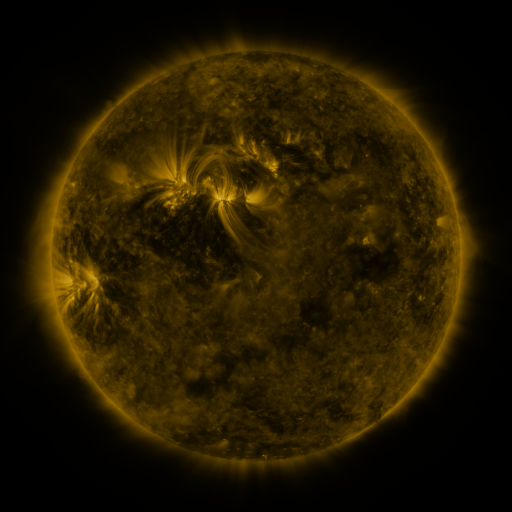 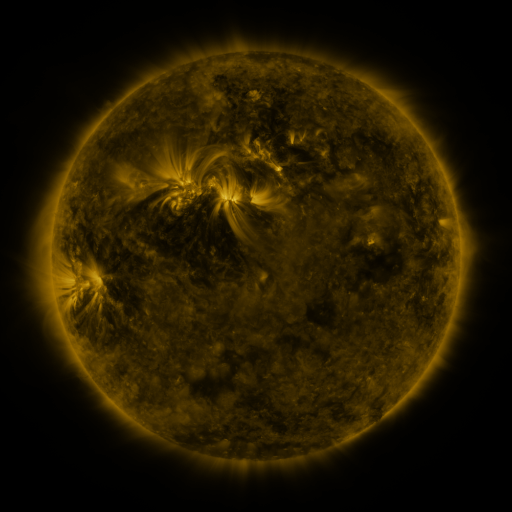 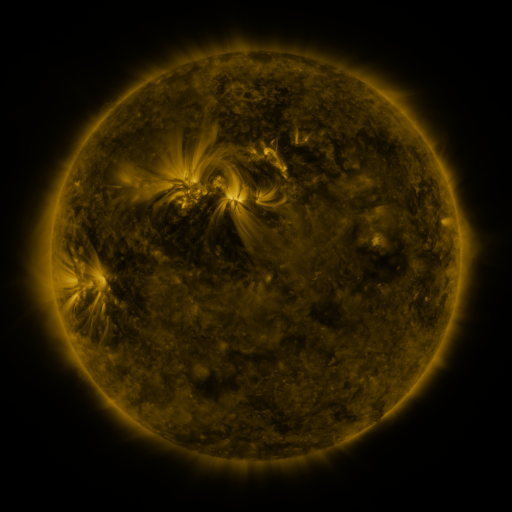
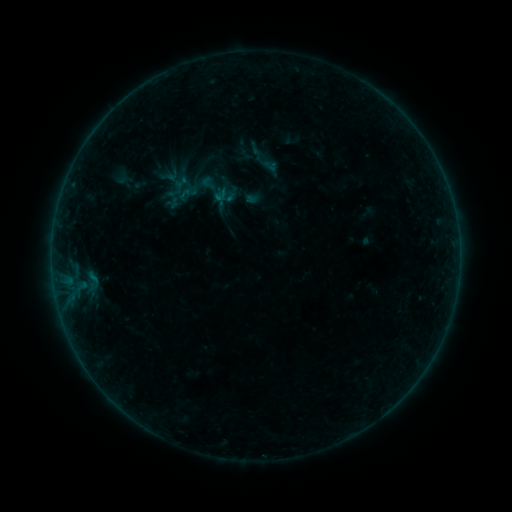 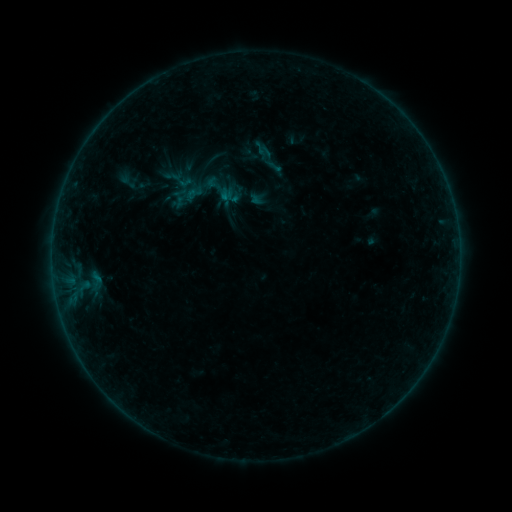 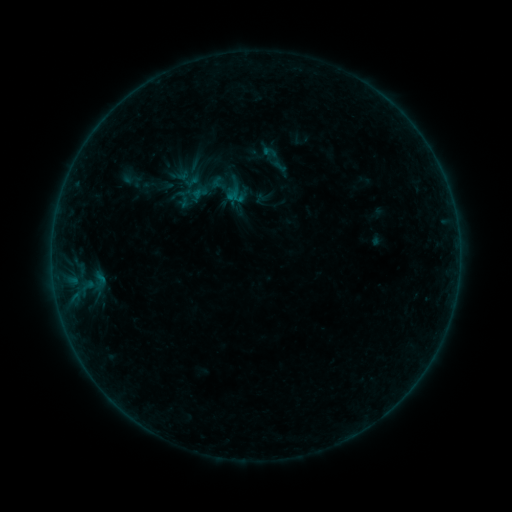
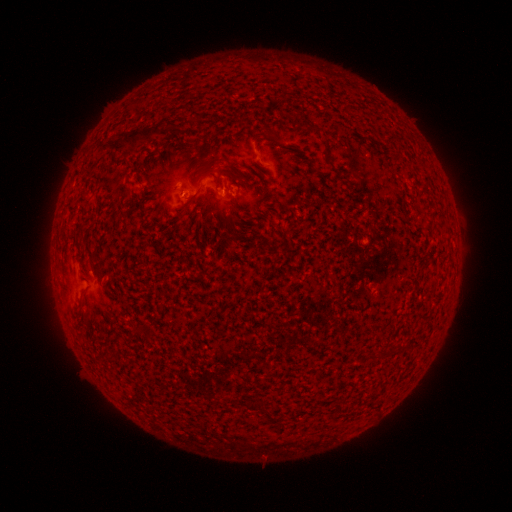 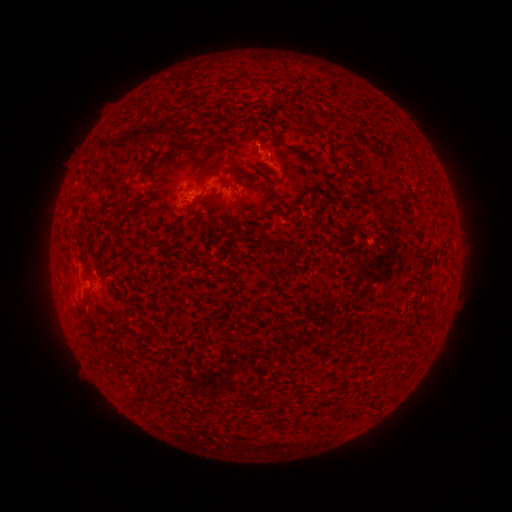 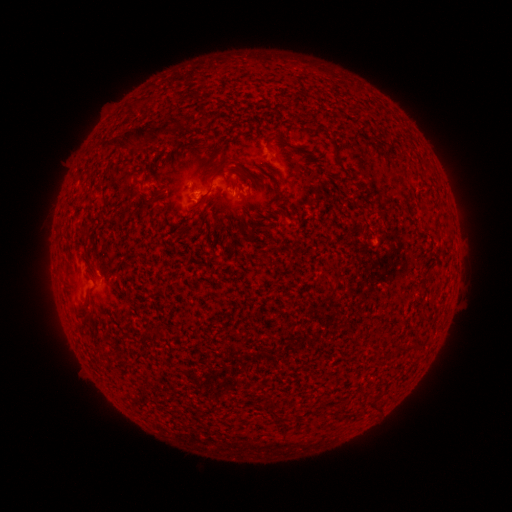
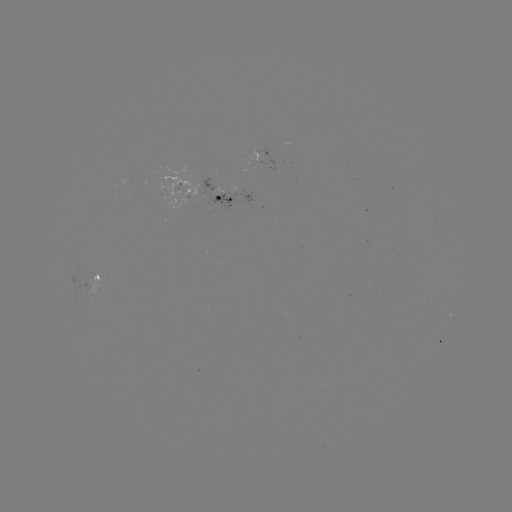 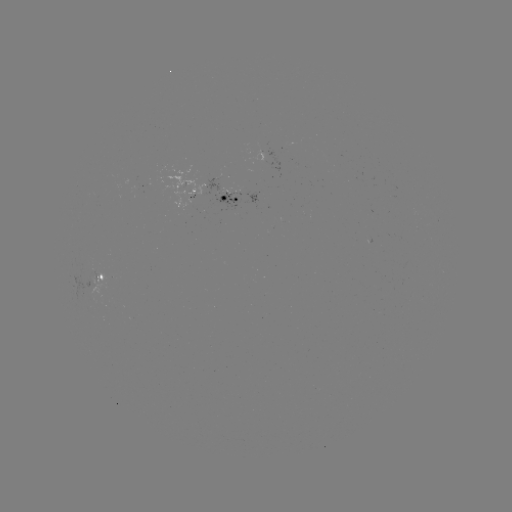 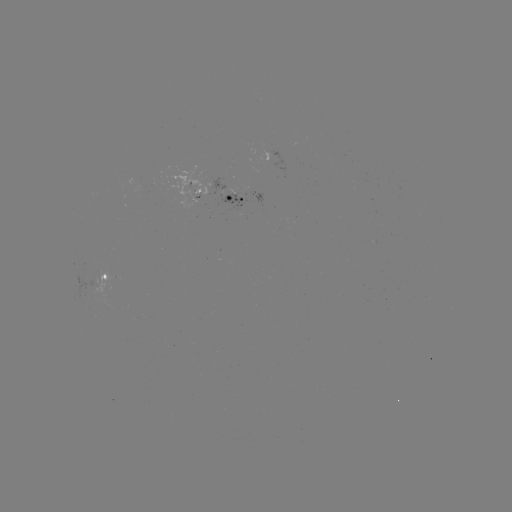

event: filament eruption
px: (256, 107)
